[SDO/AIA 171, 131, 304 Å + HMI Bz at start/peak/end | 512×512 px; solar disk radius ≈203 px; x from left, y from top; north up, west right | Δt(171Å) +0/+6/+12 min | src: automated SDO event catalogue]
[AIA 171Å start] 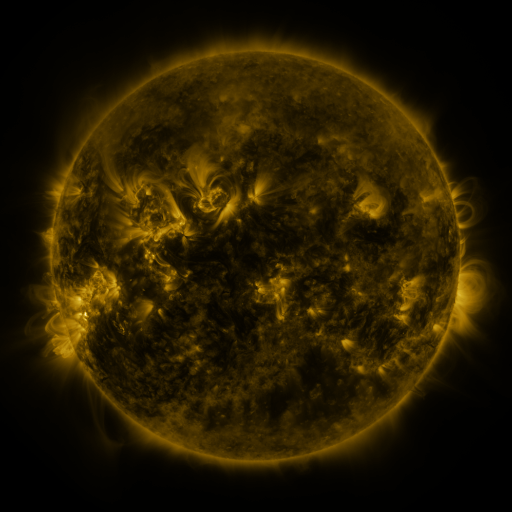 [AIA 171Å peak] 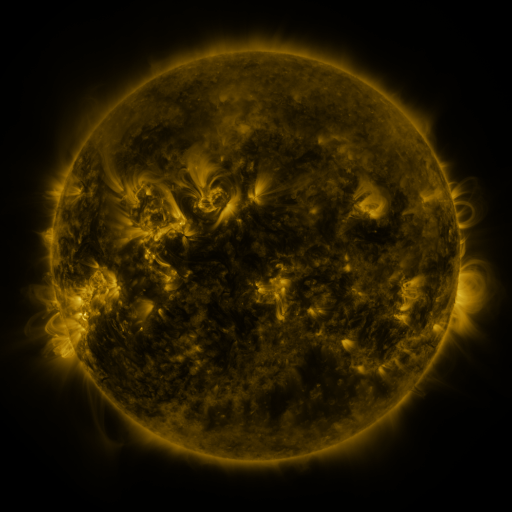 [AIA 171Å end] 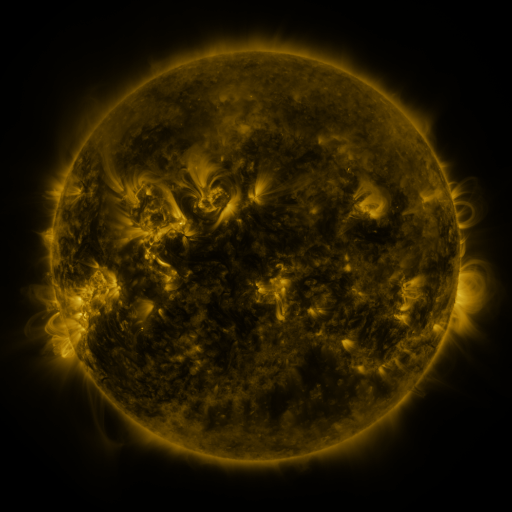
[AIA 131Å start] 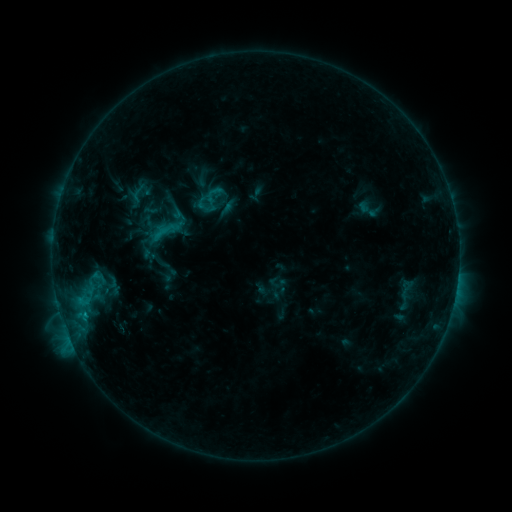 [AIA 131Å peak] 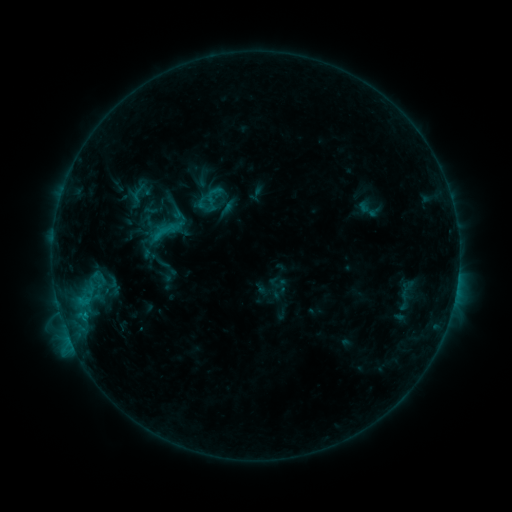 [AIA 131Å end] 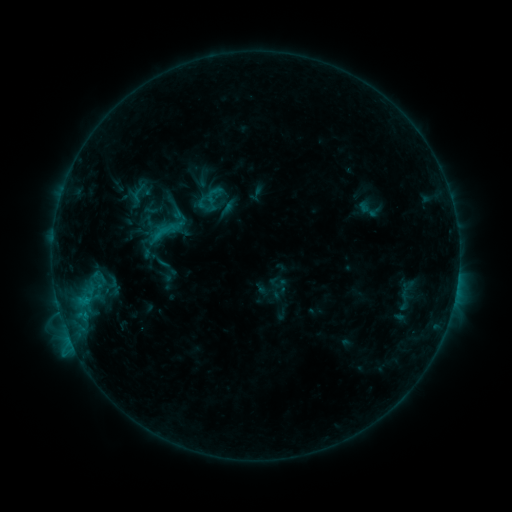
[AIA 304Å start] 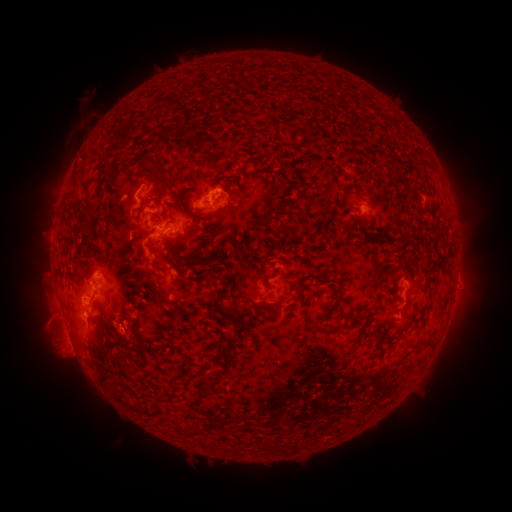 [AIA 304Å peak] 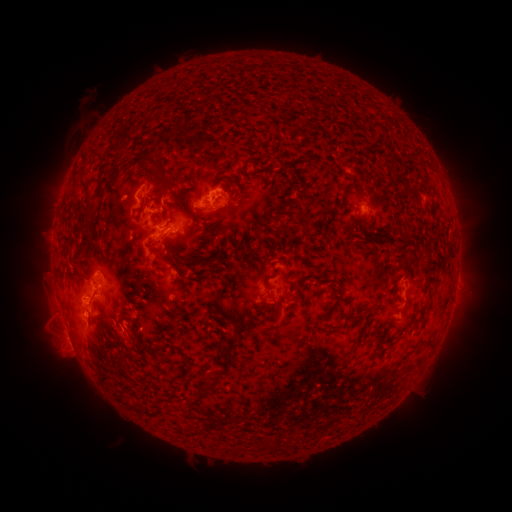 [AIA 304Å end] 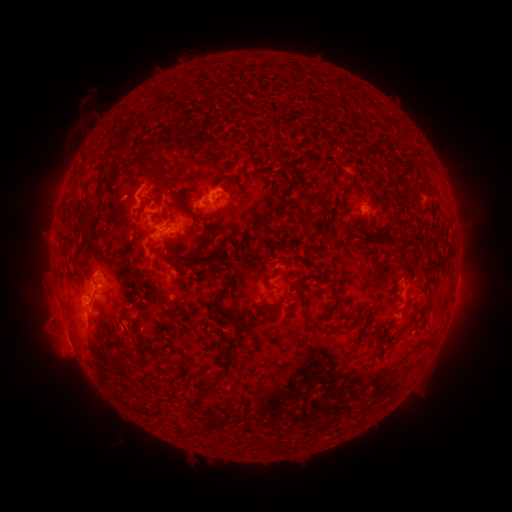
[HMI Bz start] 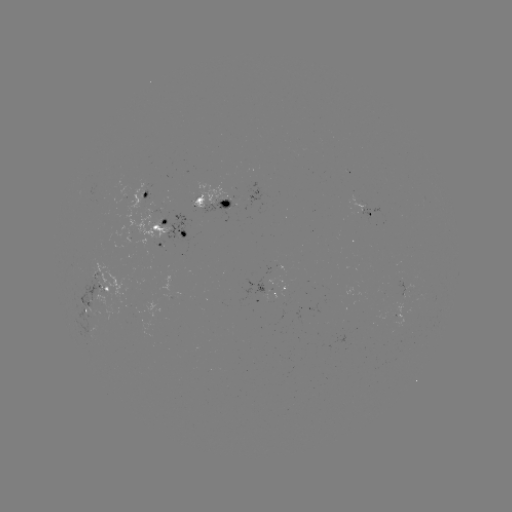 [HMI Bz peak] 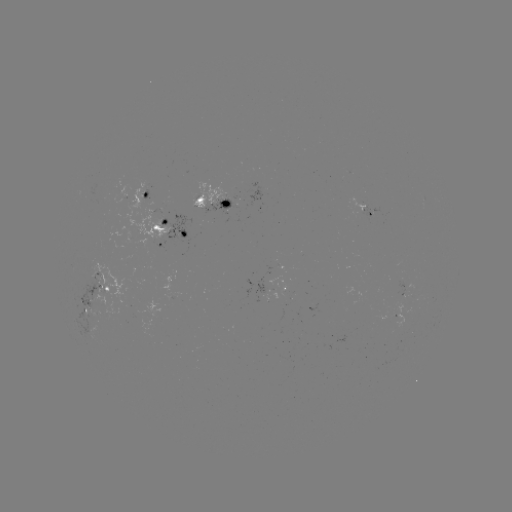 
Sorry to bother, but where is eruption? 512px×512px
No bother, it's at (128, 341).